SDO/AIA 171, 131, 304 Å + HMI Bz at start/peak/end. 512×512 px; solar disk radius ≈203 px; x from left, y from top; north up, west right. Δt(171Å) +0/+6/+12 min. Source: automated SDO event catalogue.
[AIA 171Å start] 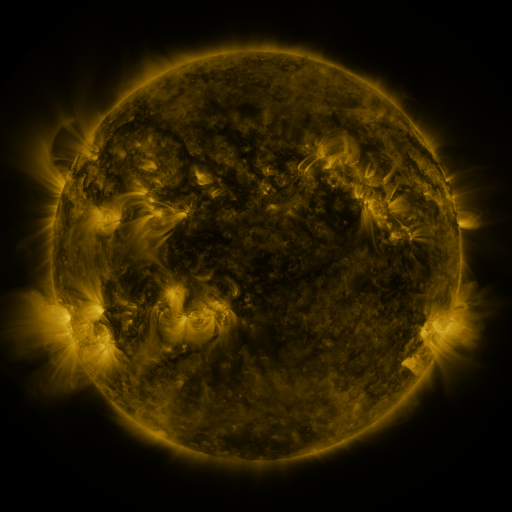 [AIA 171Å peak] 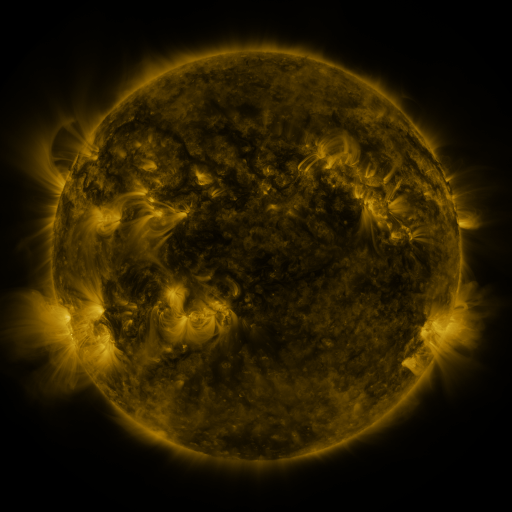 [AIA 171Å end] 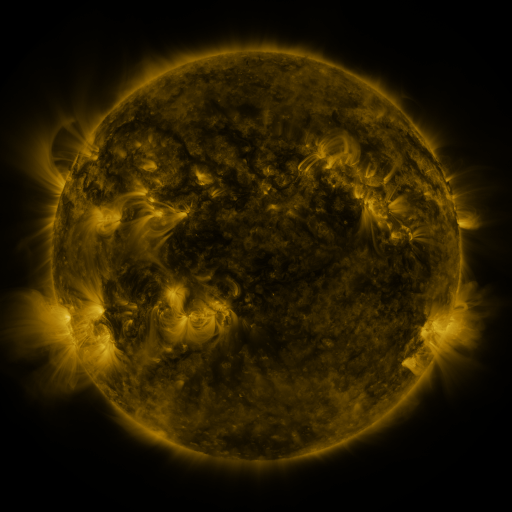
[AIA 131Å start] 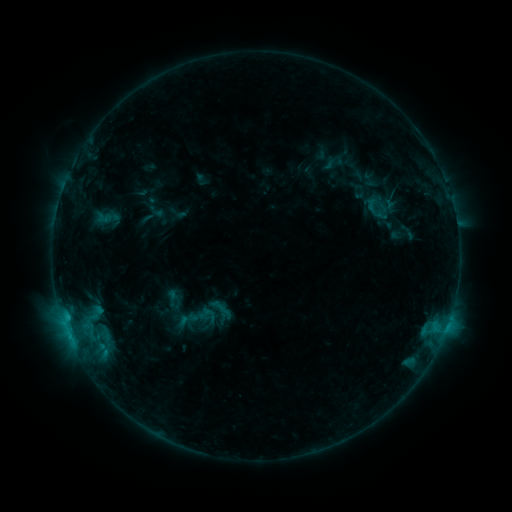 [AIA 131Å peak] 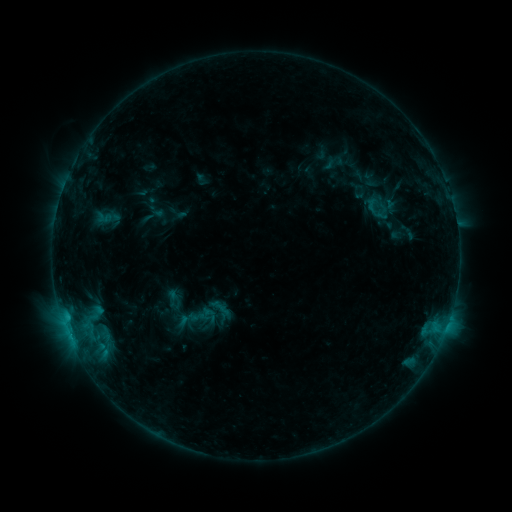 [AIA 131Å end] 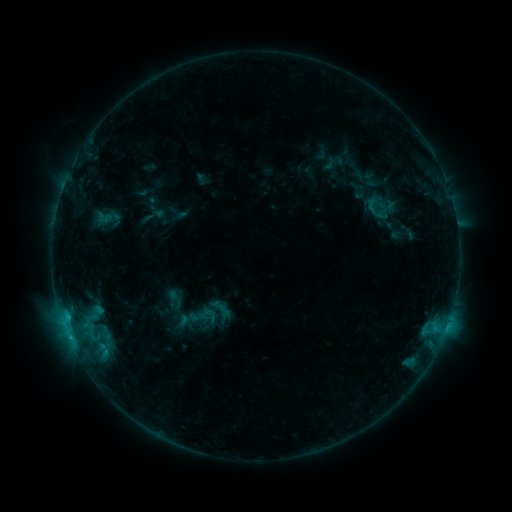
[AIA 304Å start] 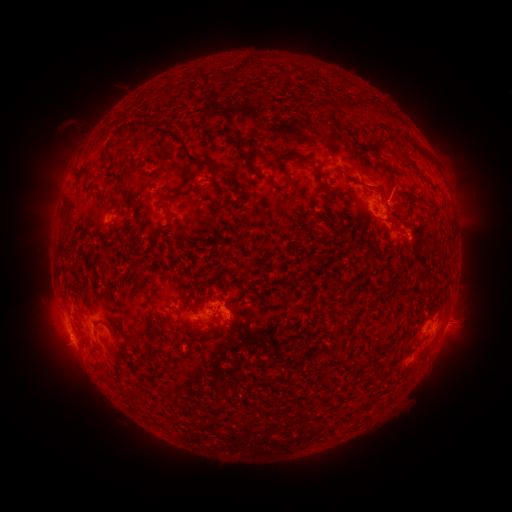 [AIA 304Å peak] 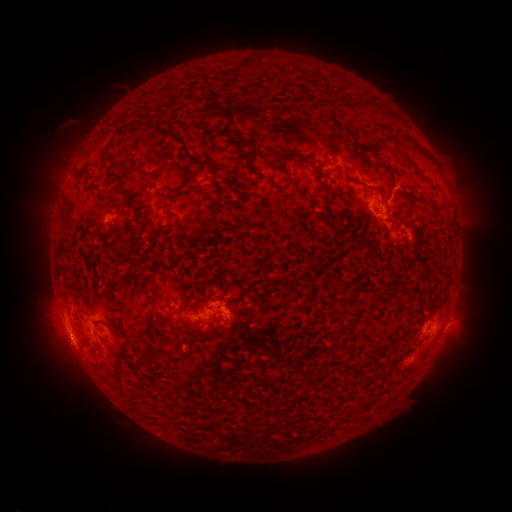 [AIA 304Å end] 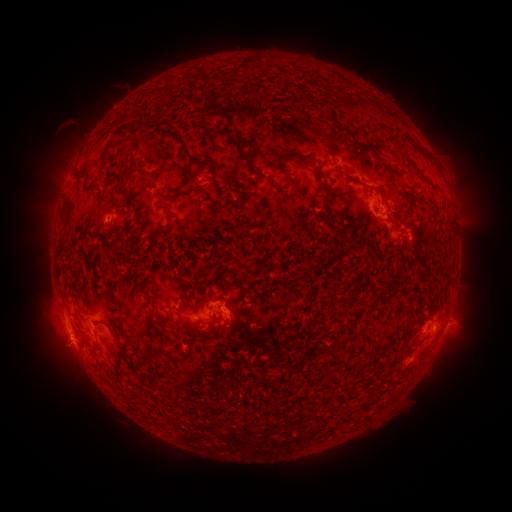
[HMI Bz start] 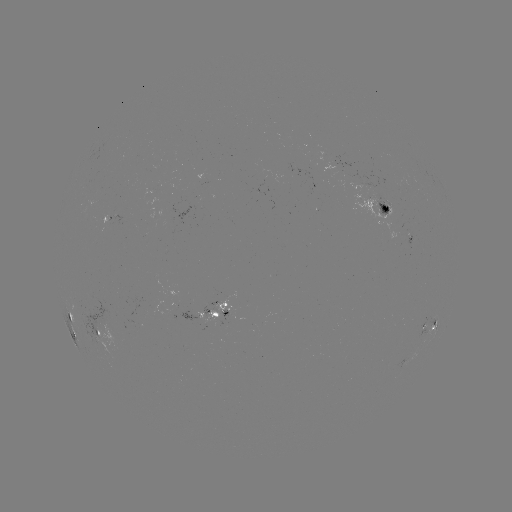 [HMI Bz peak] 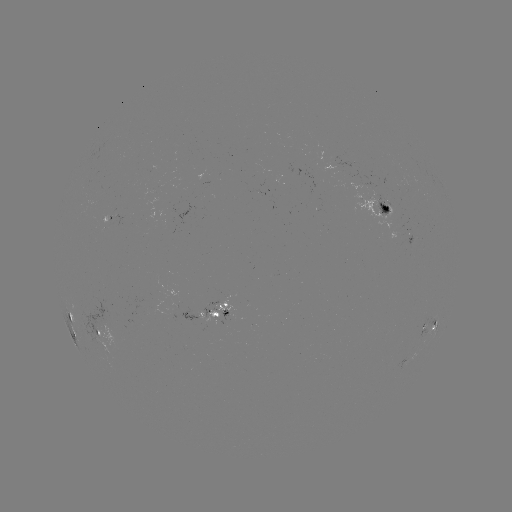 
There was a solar eruption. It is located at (399, 187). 